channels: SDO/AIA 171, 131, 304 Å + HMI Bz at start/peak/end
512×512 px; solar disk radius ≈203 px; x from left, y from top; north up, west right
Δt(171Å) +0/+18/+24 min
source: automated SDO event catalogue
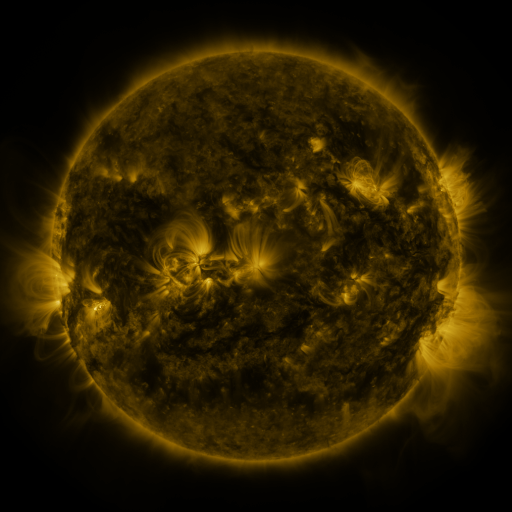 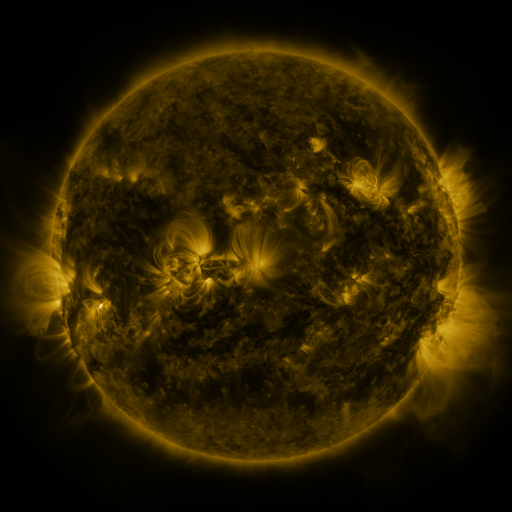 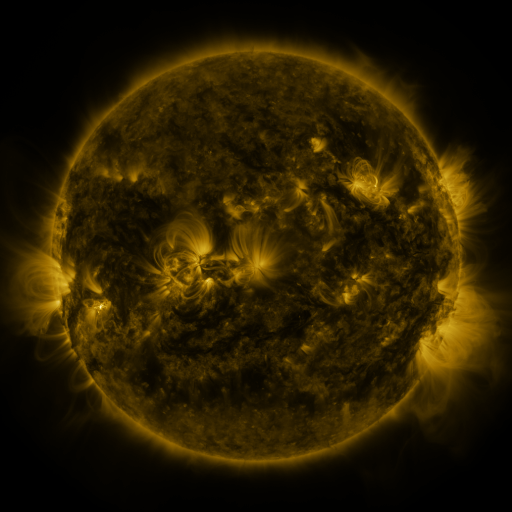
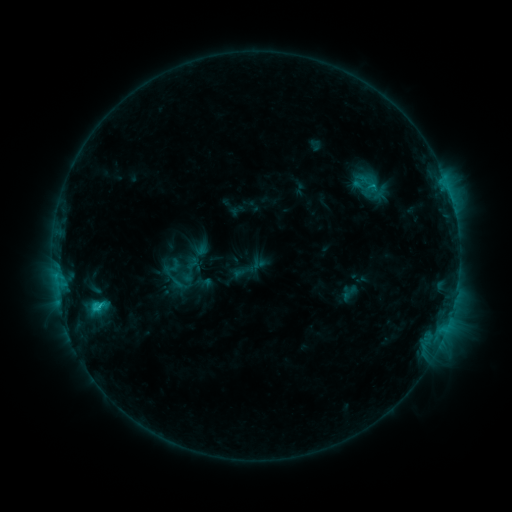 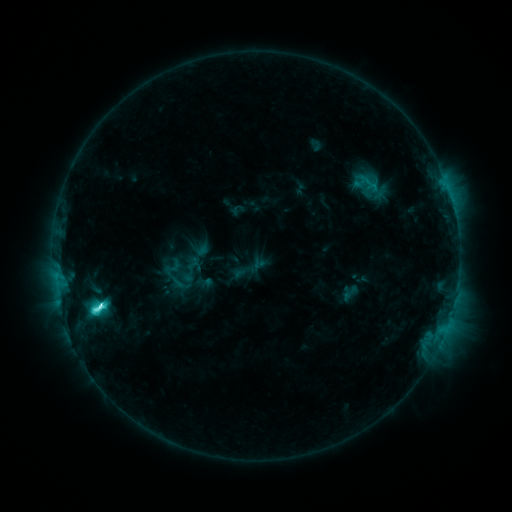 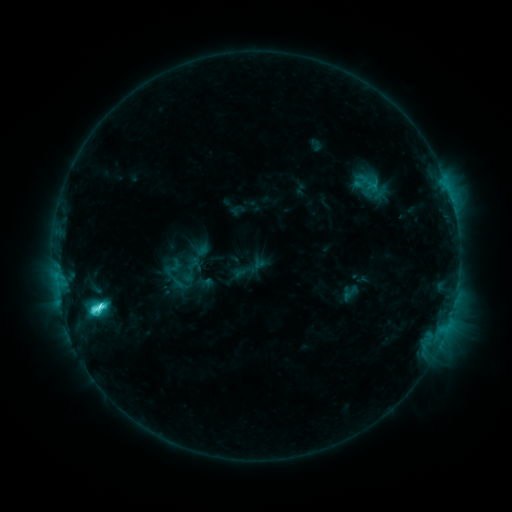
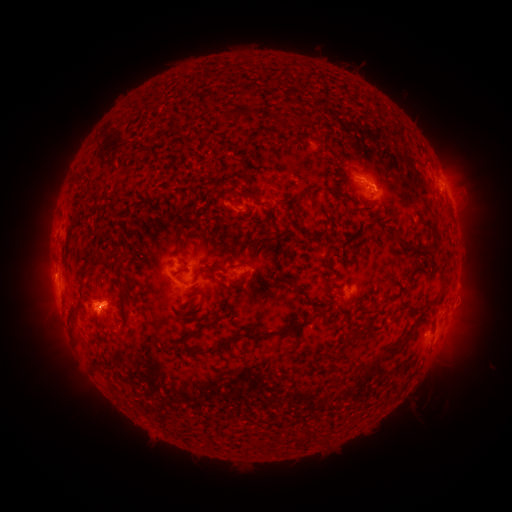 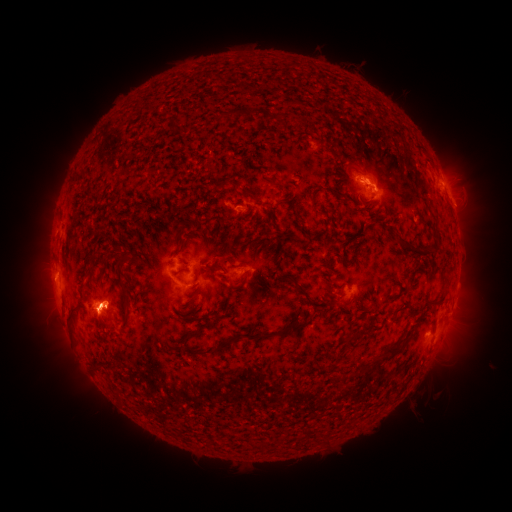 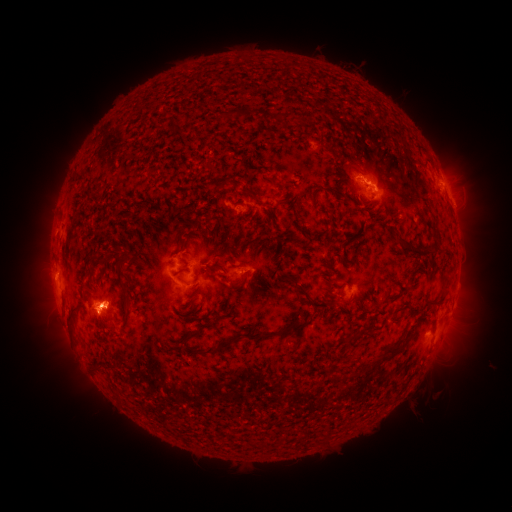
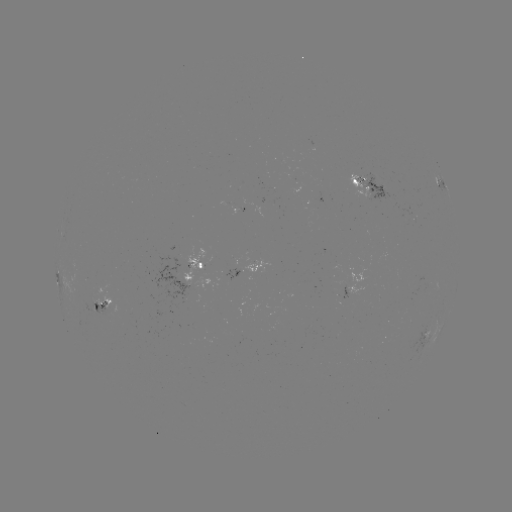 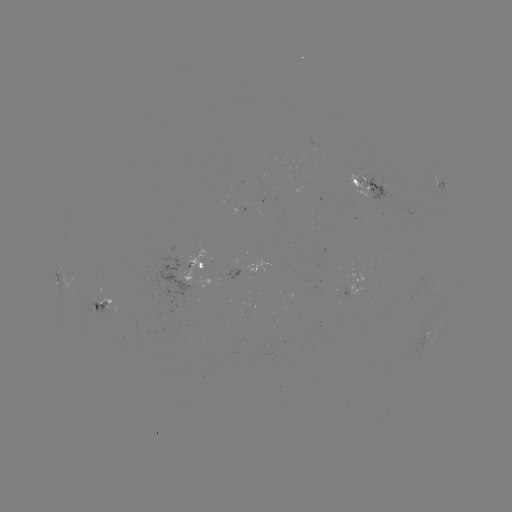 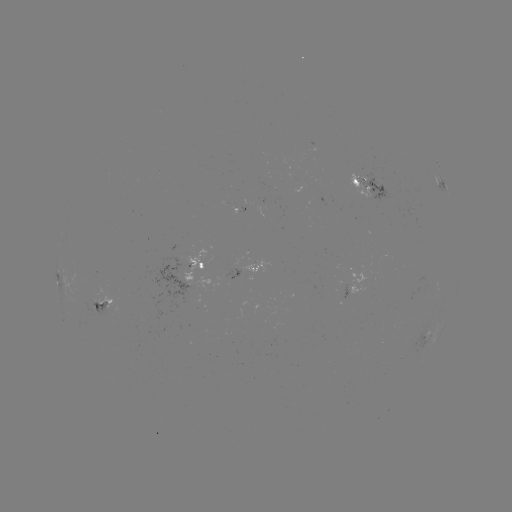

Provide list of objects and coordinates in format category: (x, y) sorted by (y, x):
M1.0 flare: (101, 303)
